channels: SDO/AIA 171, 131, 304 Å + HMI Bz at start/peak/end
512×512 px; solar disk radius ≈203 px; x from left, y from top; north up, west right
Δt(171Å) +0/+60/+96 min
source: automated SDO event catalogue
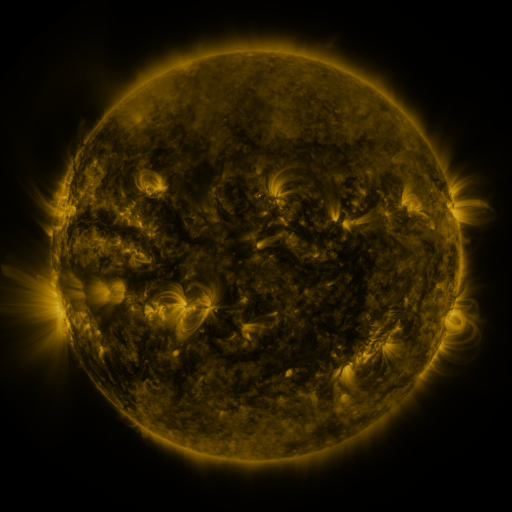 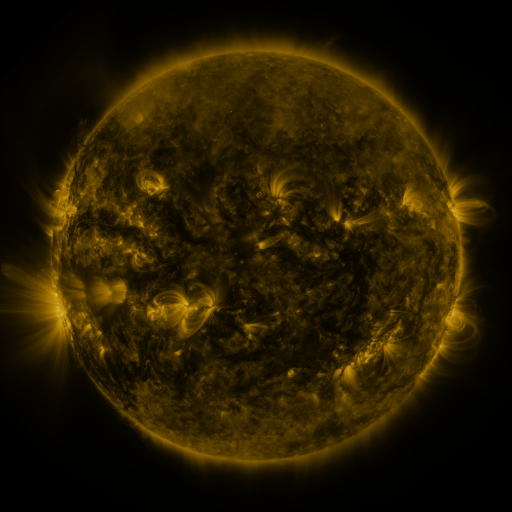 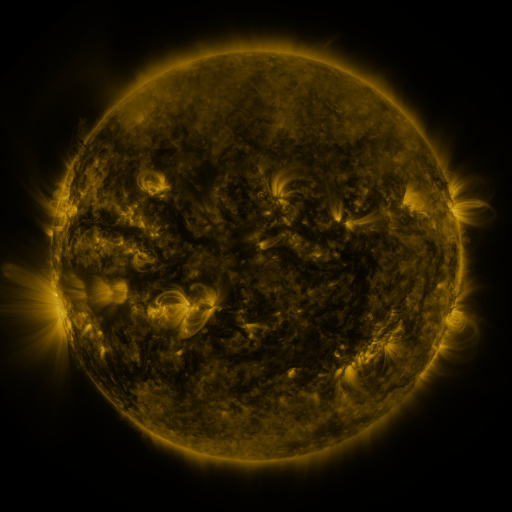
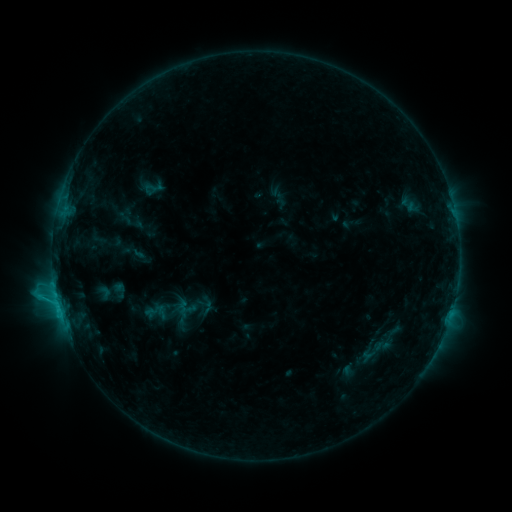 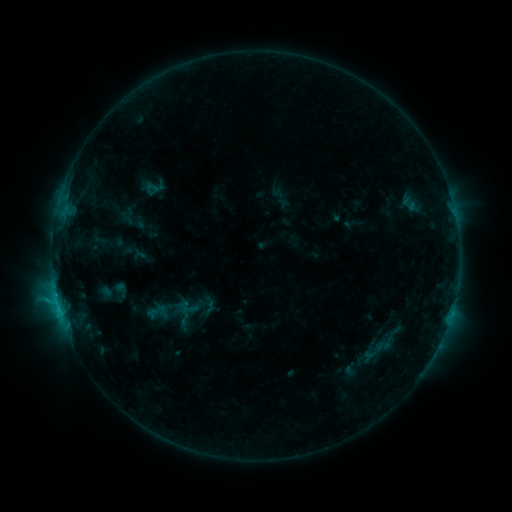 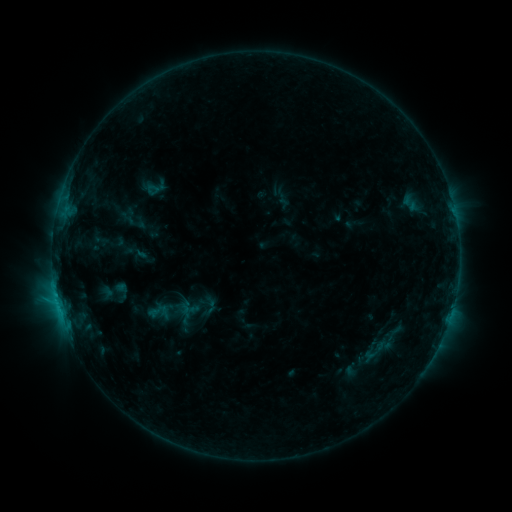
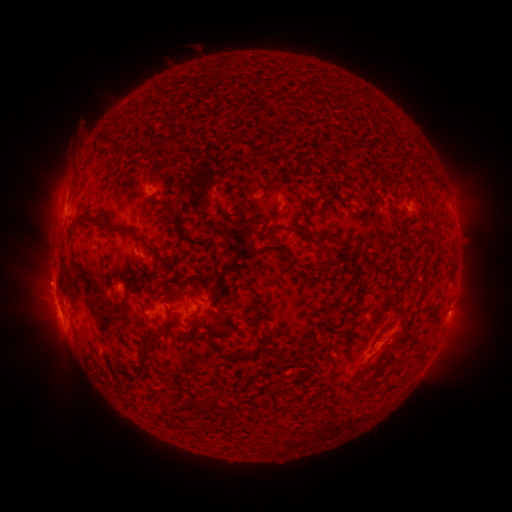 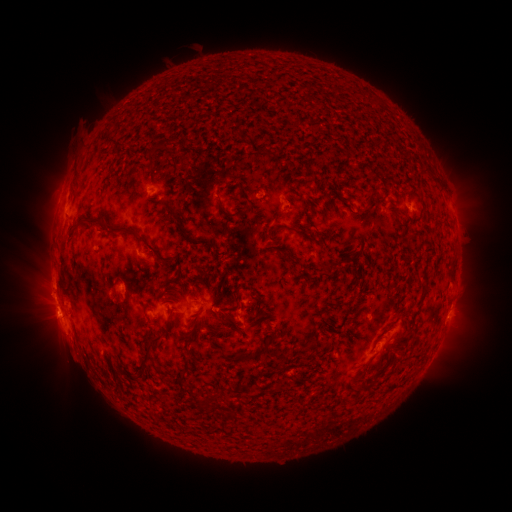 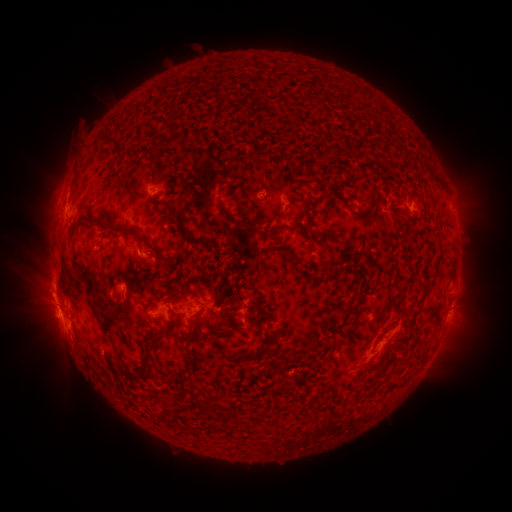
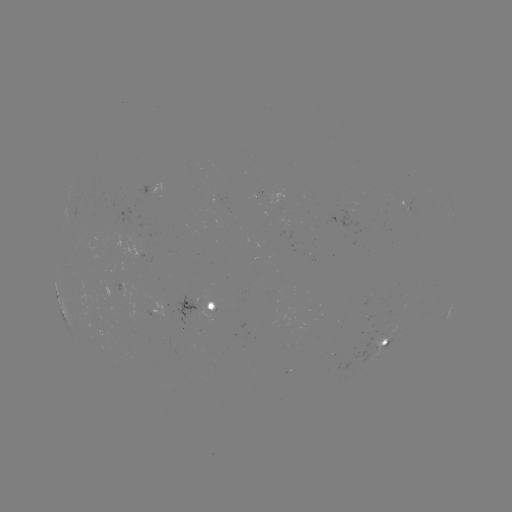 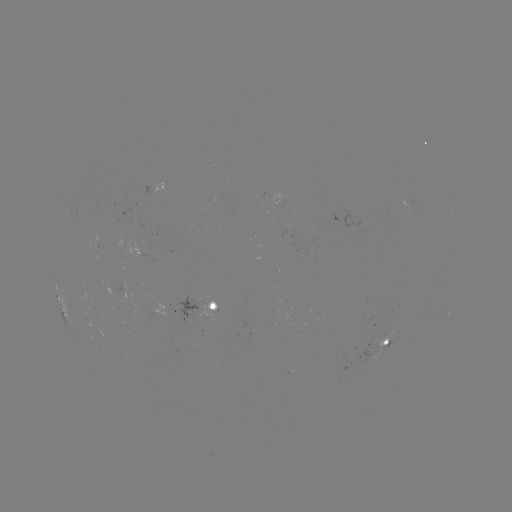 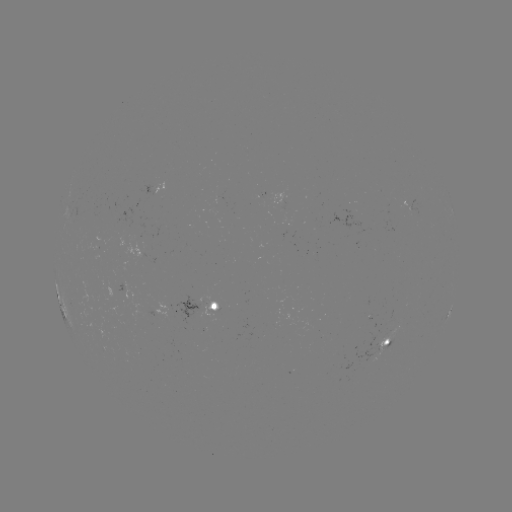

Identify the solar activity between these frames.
emerging-flux region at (97, 243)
